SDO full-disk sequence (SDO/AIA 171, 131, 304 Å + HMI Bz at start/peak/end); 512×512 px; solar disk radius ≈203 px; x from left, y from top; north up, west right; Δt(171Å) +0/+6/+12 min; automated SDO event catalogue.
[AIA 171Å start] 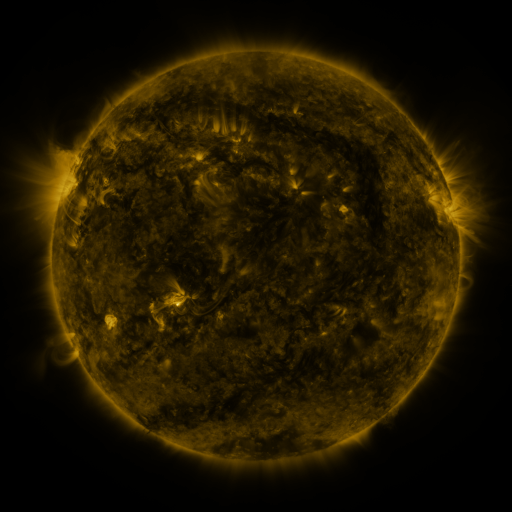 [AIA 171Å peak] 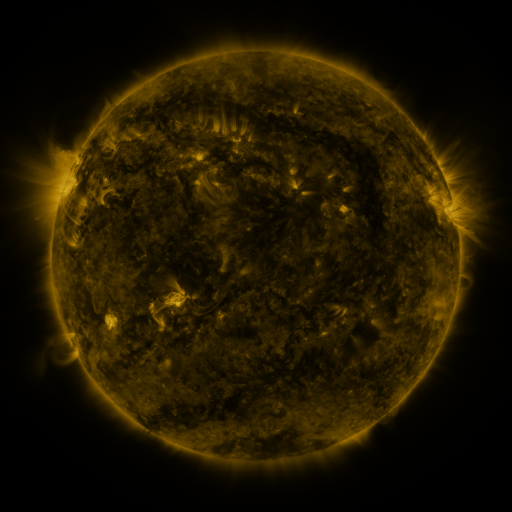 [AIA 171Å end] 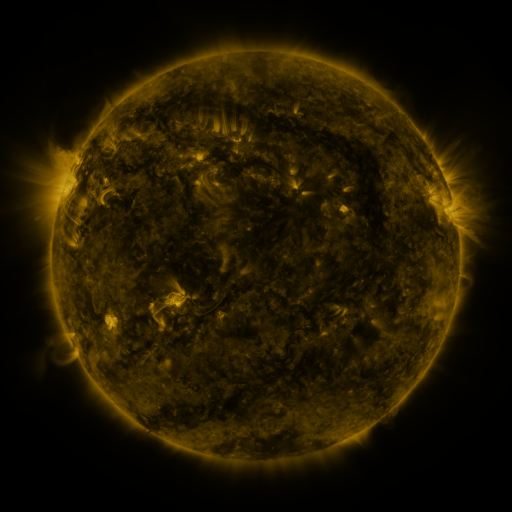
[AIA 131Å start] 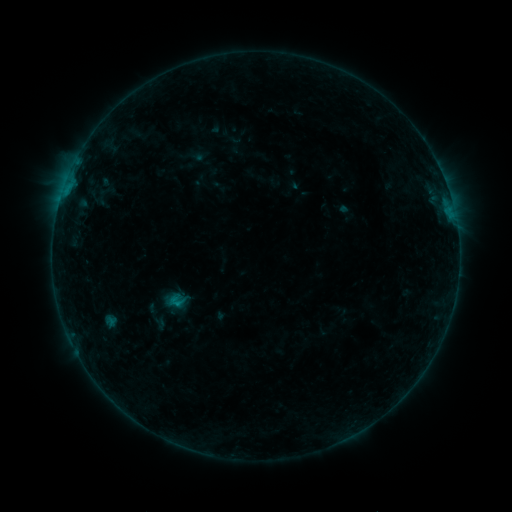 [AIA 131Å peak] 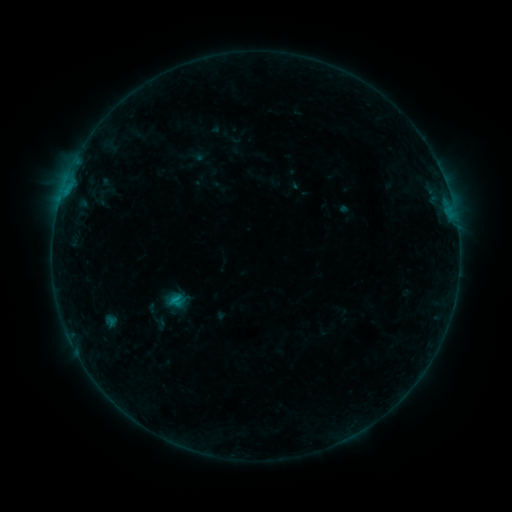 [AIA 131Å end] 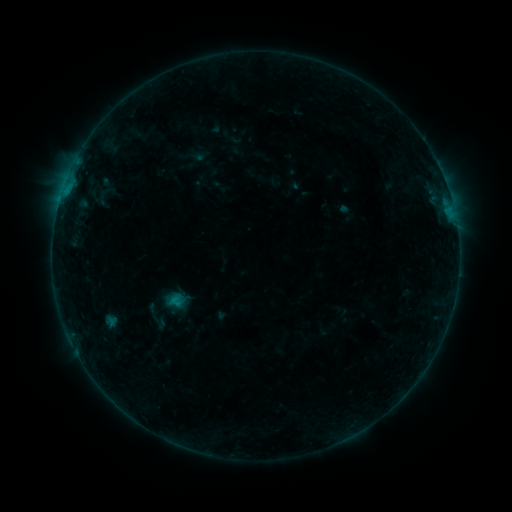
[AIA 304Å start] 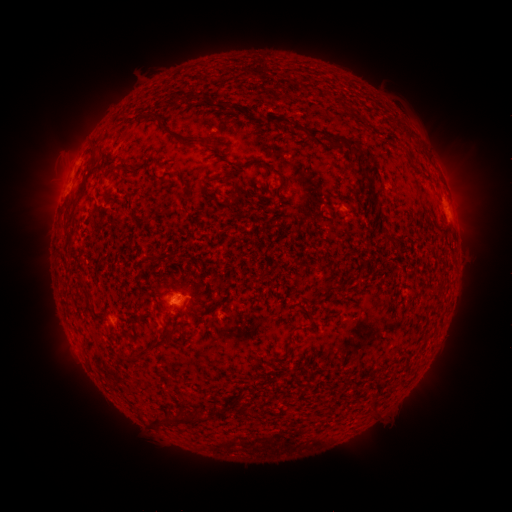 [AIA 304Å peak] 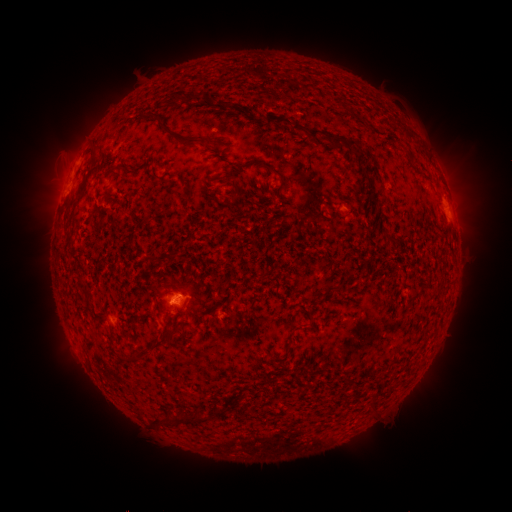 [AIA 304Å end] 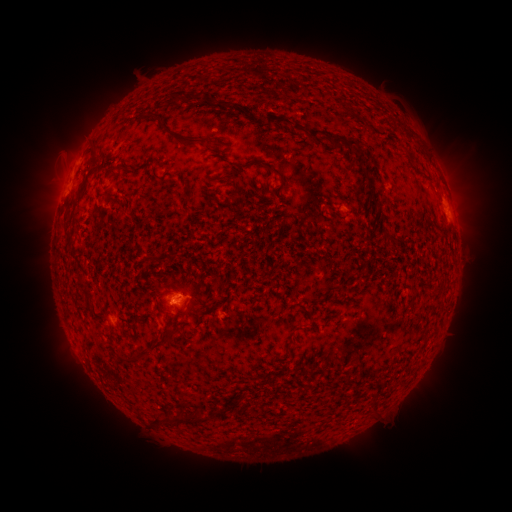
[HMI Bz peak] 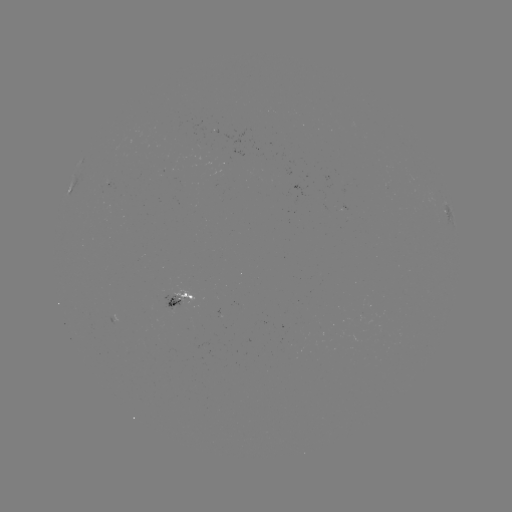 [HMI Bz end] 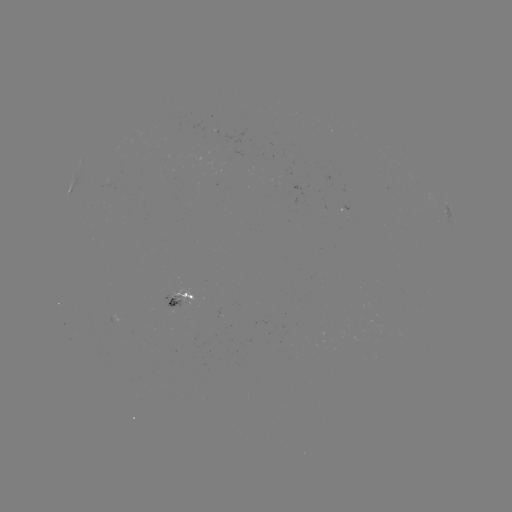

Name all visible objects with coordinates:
B6.2 flare: (177, 298)
